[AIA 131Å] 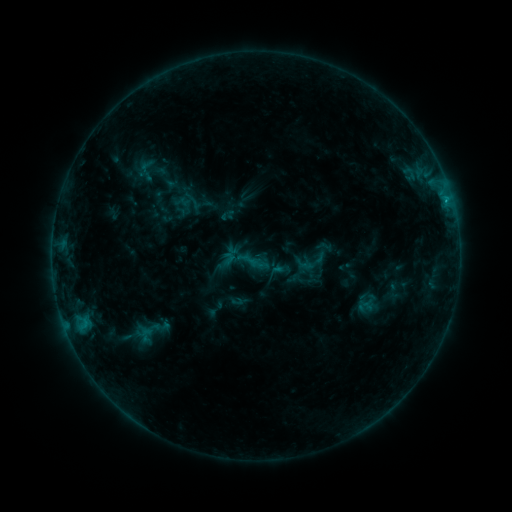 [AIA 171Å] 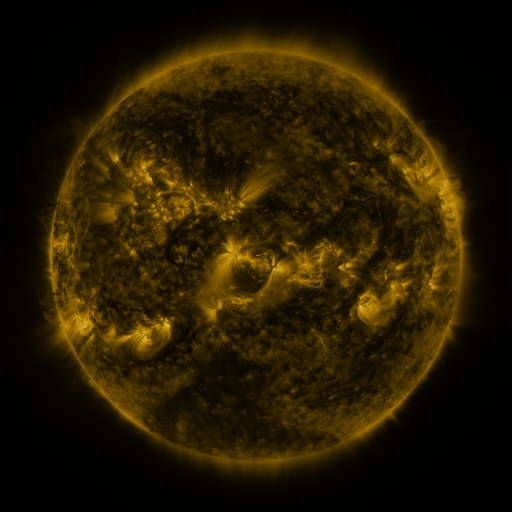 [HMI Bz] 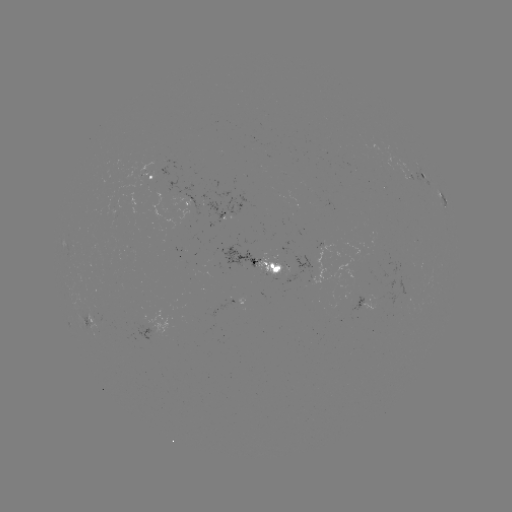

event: sigmoid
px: (145, 335)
